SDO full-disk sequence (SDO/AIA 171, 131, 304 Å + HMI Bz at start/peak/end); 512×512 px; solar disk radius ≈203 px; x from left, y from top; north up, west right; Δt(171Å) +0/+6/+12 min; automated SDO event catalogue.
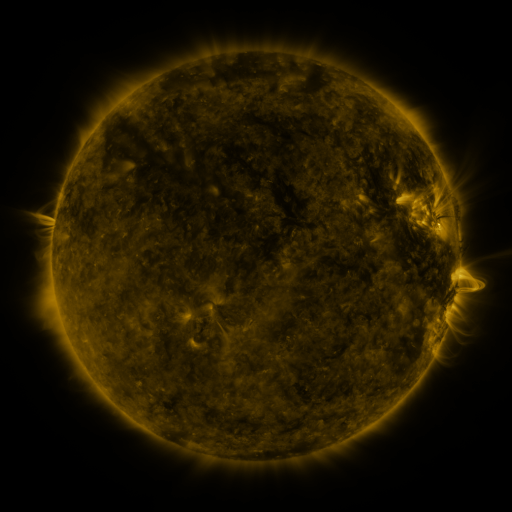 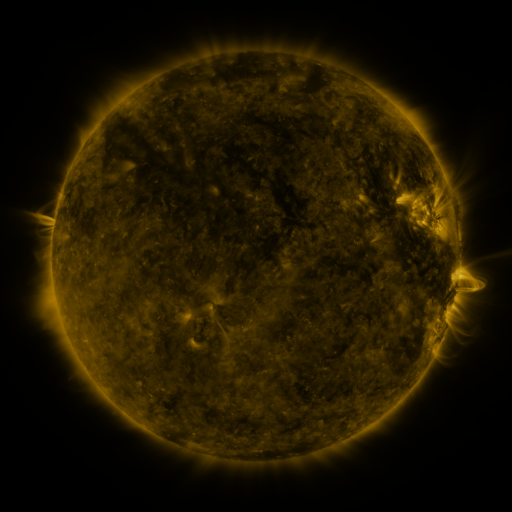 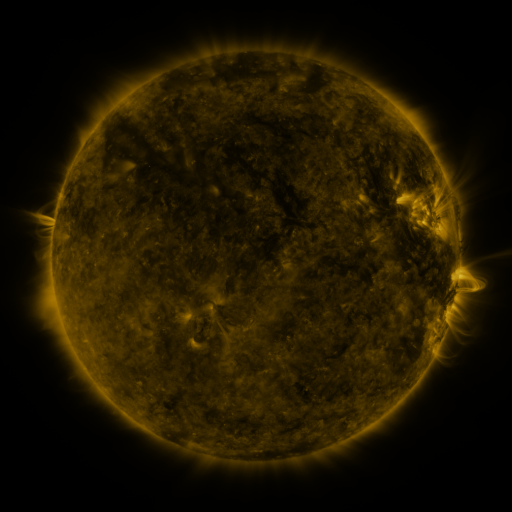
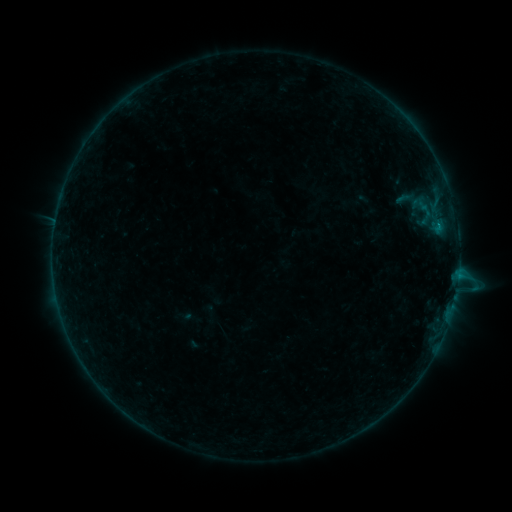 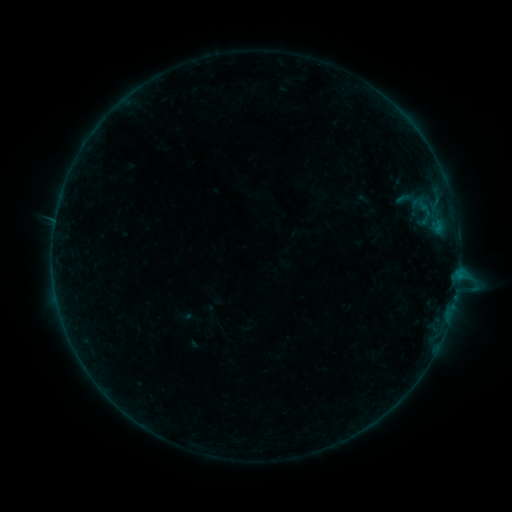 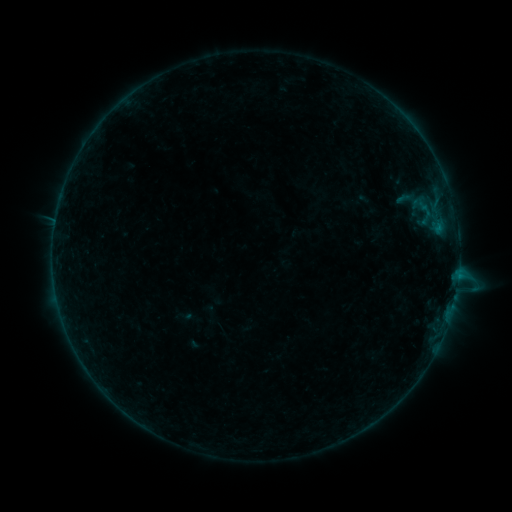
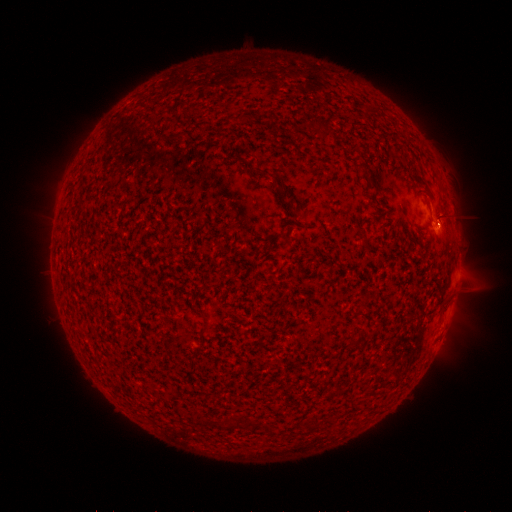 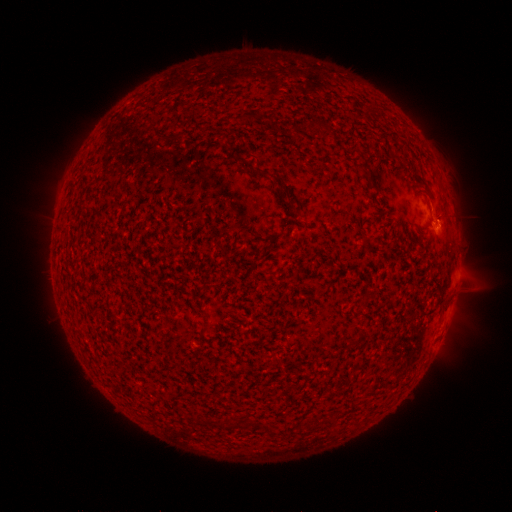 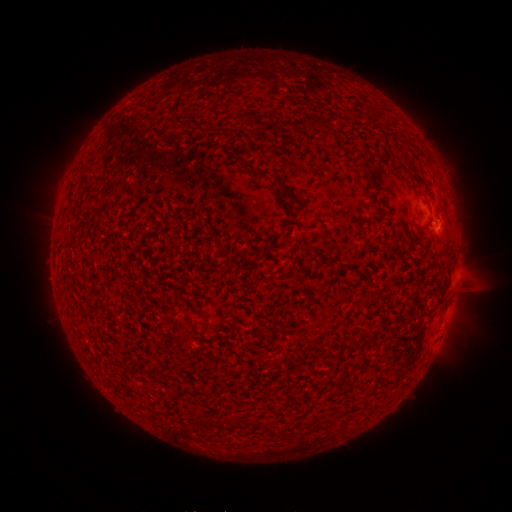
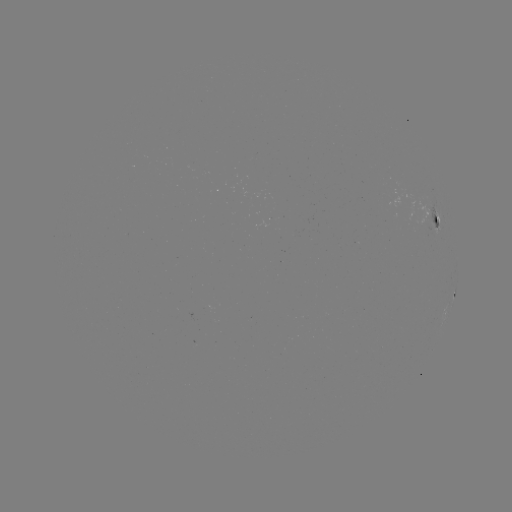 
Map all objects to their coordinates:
B2.8 flare: (438, 226)
